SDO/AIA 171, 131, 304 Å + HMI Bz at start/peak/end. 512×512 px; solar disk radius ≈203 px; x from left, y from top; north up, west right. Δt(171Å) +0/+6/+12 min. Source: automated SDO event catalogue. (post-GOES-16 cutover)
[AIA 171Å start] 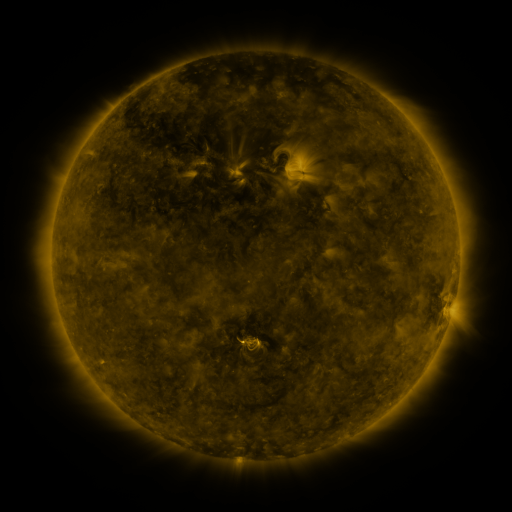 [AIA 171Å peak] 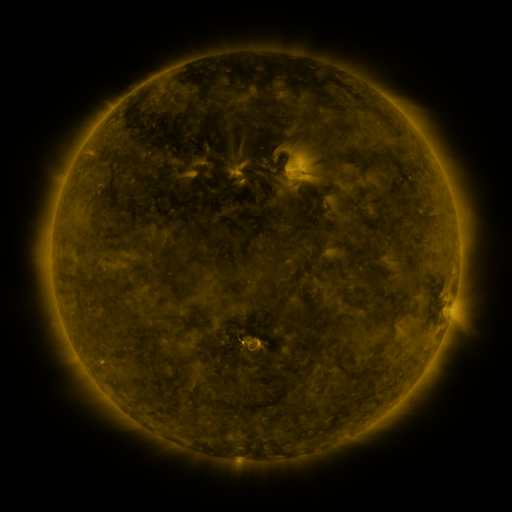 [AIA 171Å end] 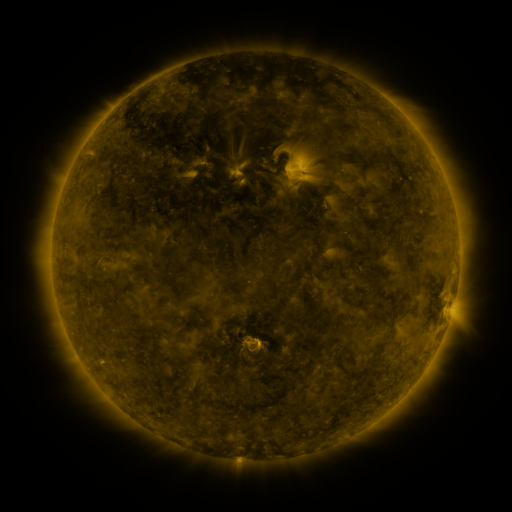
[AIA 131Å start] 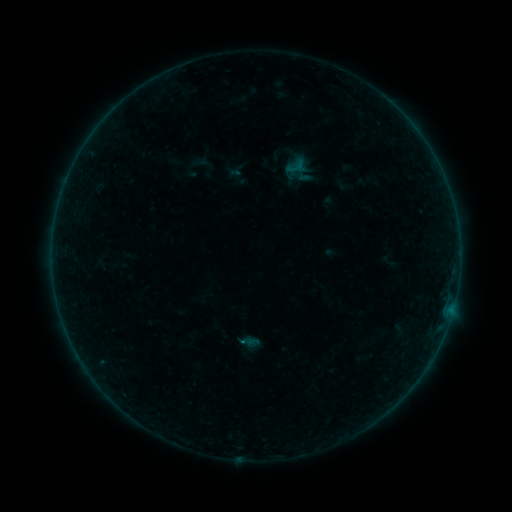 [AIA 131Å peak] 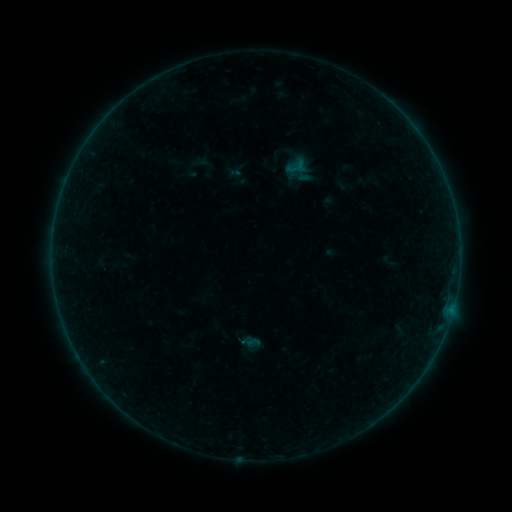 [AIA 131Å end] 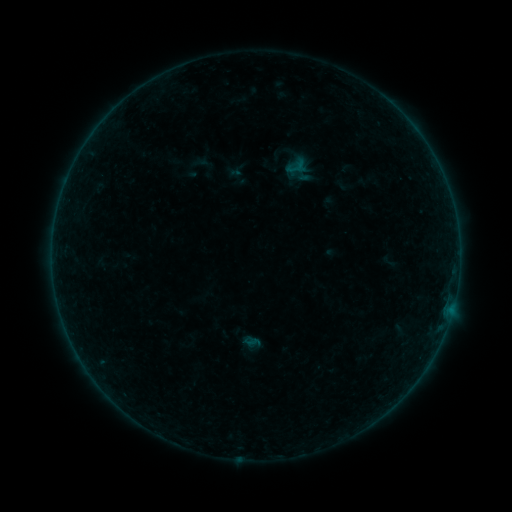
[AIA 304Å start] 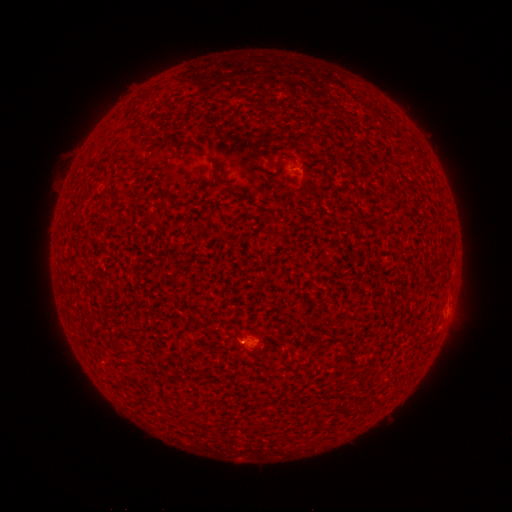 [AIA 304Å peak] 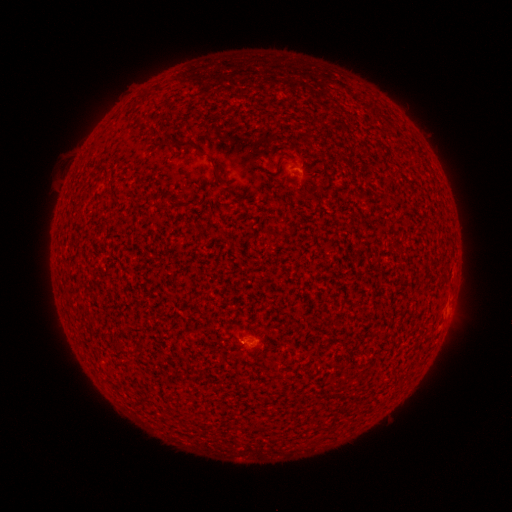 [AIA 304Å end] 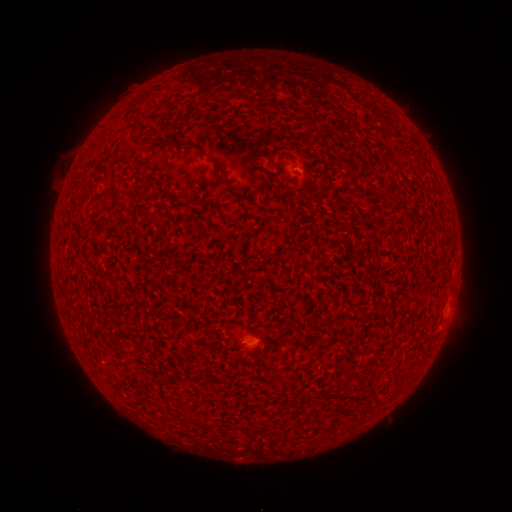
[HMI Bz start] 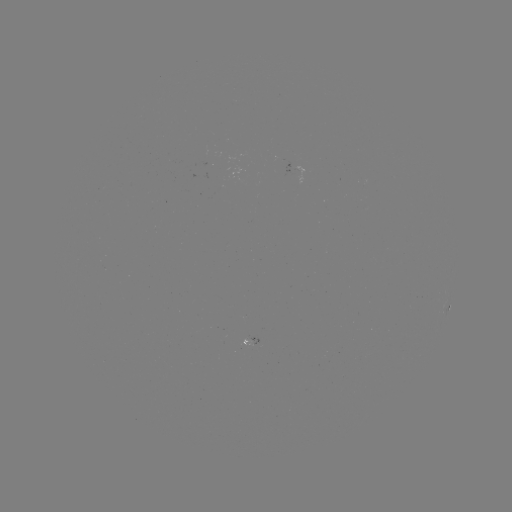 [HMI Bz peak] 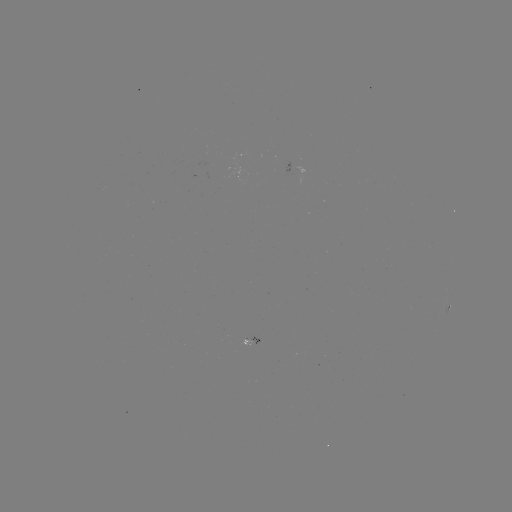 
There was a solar flare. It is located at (245, 342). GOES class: A1.8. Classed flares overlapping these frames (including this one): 3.